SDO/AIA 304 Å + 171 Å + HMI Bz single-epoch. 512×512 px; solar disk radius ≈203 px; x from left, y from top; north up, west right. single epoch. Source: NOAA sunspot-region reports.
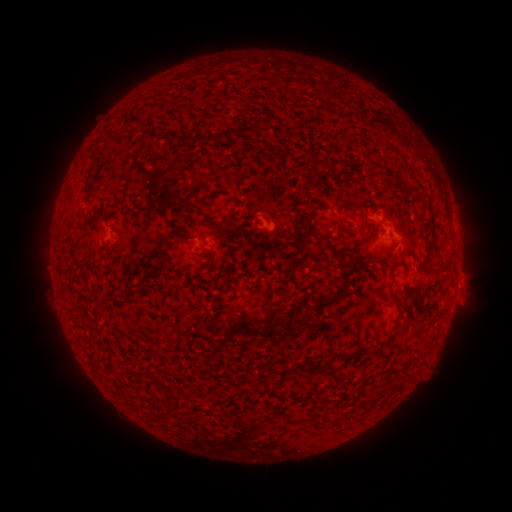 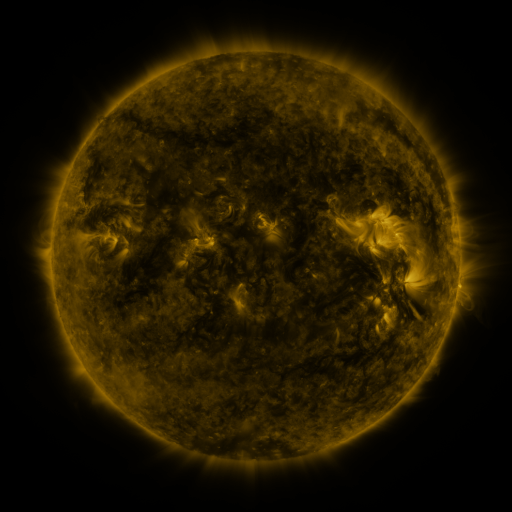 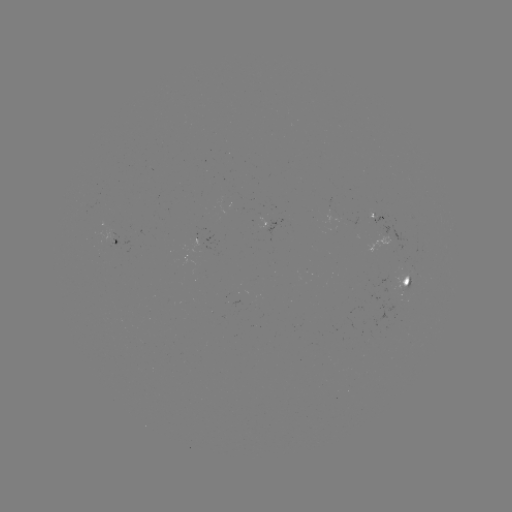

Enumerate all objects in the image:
spotted active region: (375, 214)
spotted active region: (280, 229)
spotted active region: (117, 238)
spotted active region: (408, 284)
